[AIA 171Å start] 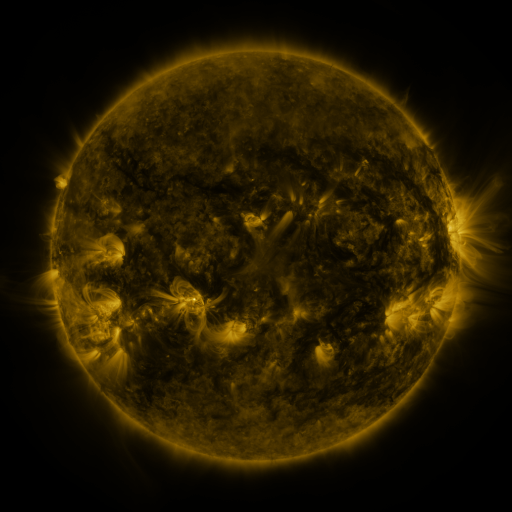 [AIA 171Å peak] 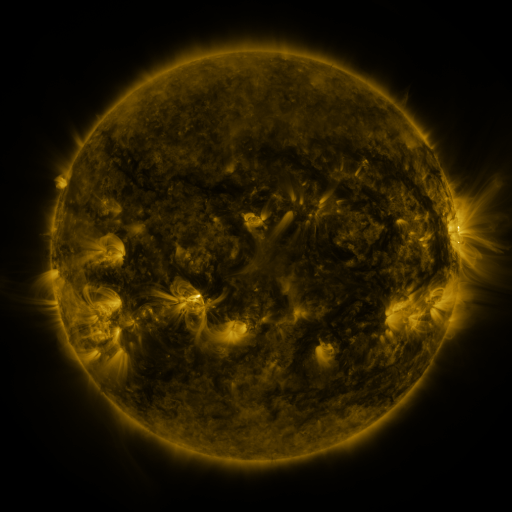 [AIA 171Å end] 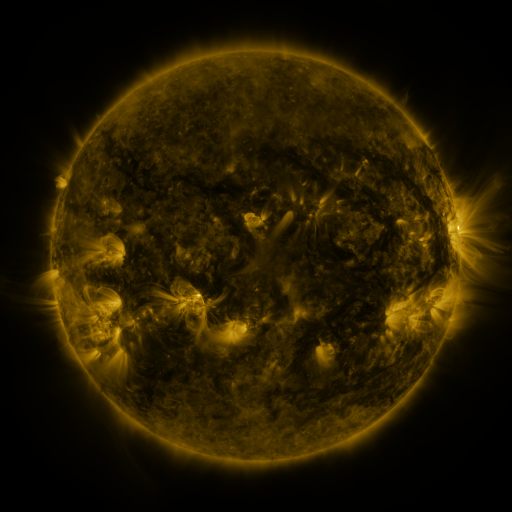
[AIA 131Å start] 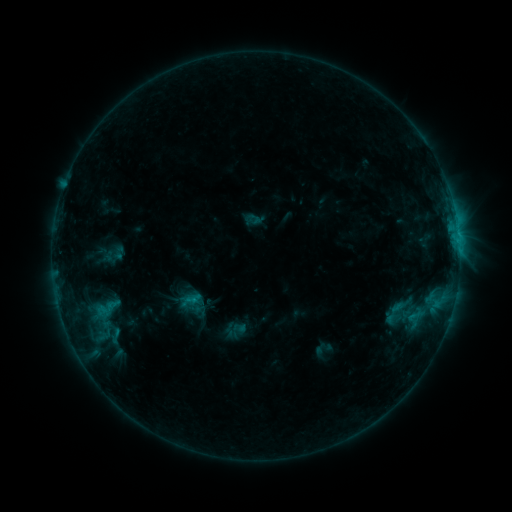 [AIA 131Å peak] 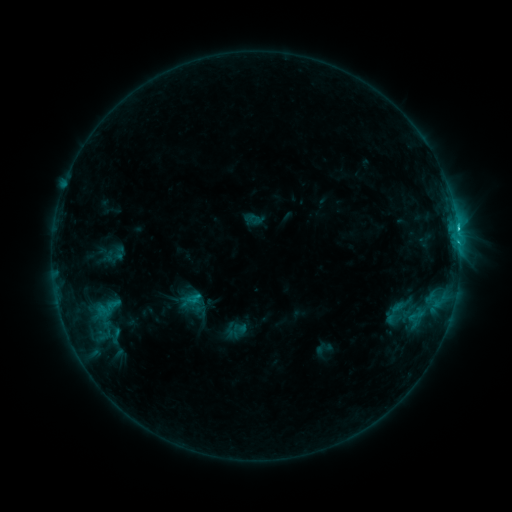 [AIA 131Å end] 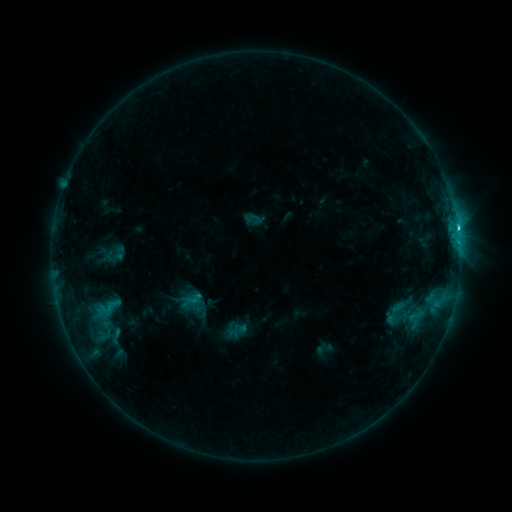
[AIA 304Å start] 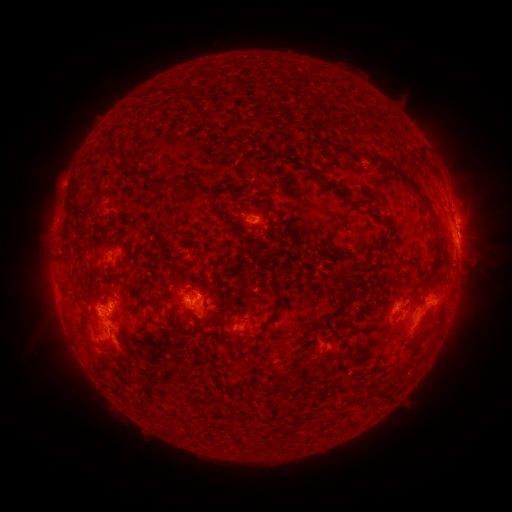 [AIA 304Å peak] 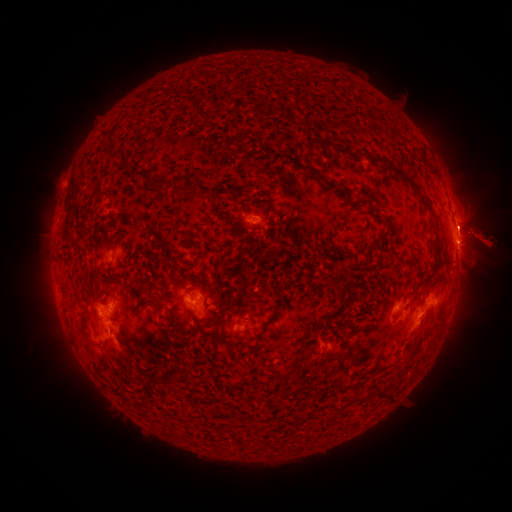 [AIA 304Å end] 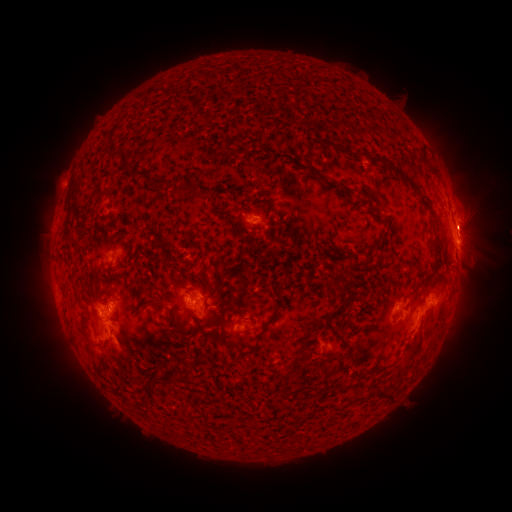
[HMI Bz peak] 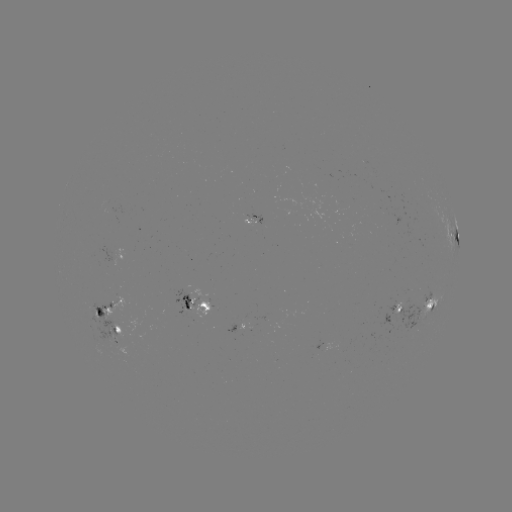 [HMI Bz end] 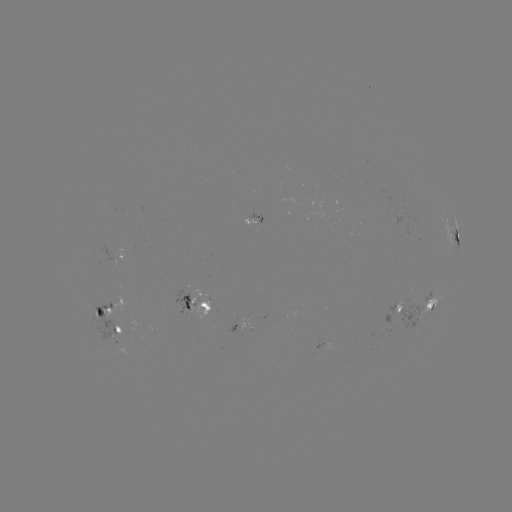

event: eruption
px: (477, 232)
